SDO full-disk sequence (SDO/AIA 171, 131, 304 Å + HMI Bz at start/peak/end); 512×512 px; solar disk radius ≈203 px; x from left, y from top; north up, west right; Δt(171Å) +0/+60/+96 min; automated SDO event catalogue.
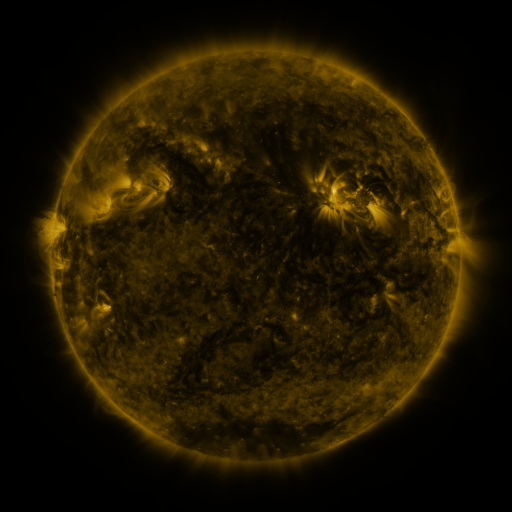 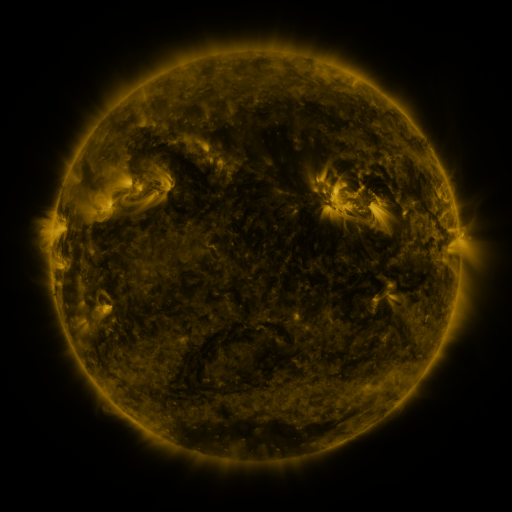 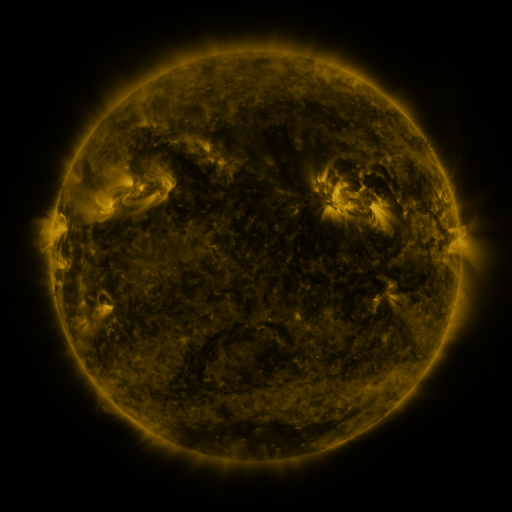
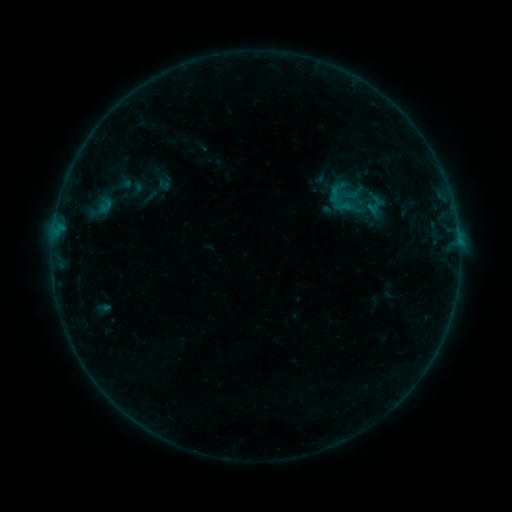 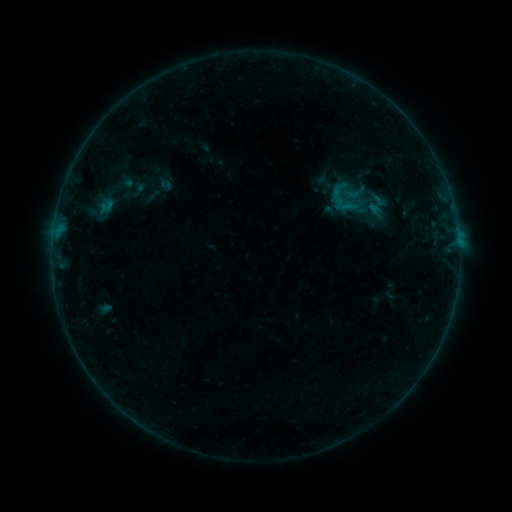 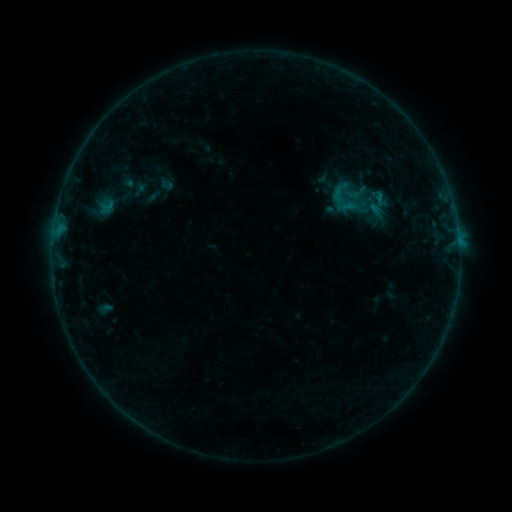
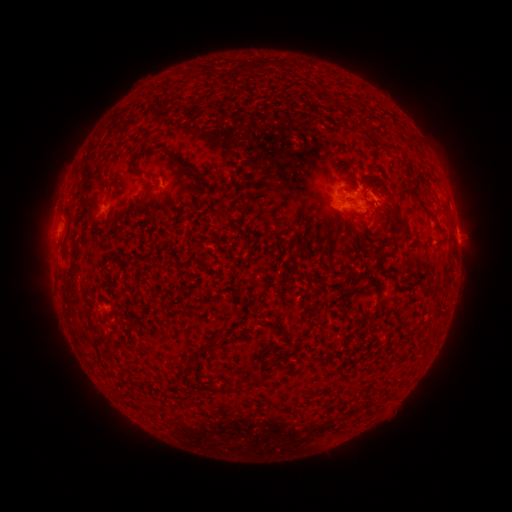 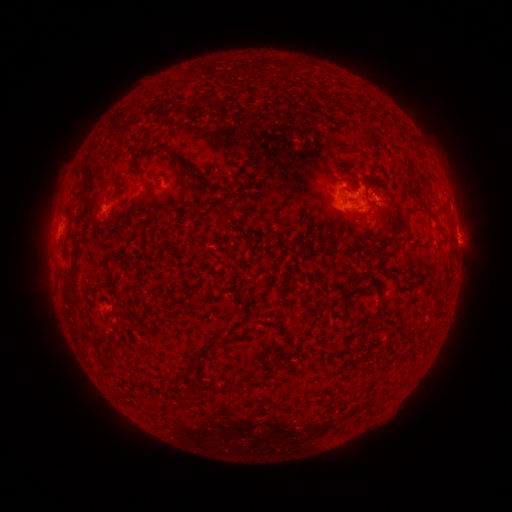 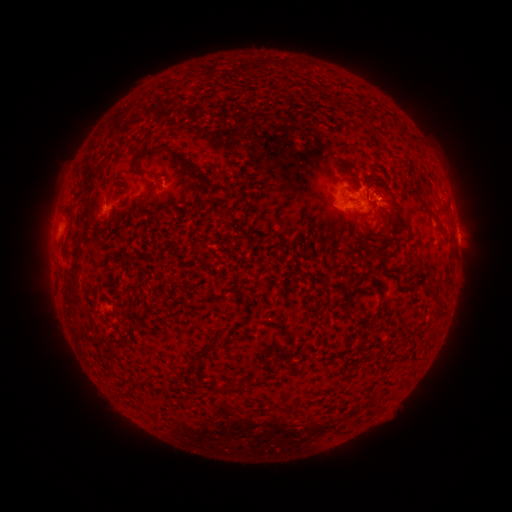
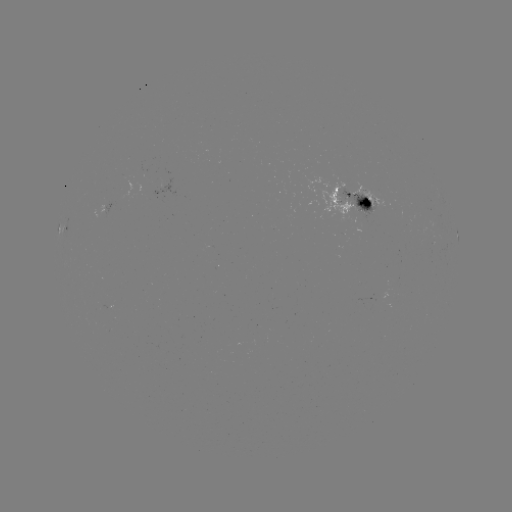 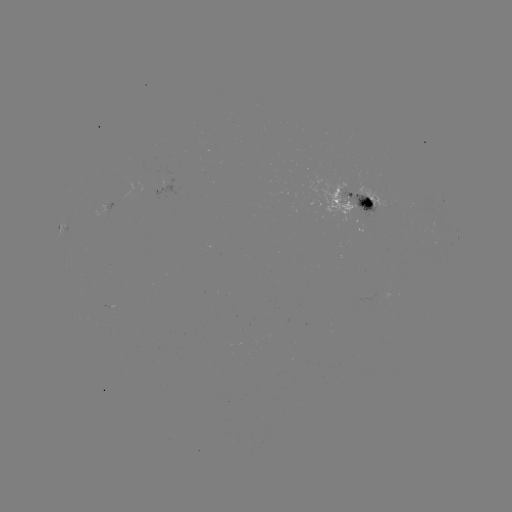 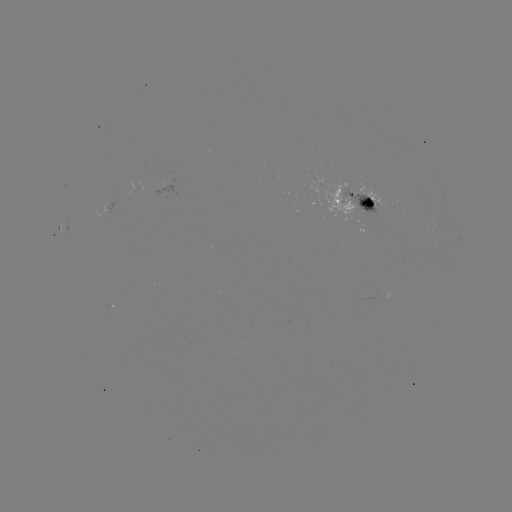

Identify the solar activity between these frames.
emerging-flux region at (385, 143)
